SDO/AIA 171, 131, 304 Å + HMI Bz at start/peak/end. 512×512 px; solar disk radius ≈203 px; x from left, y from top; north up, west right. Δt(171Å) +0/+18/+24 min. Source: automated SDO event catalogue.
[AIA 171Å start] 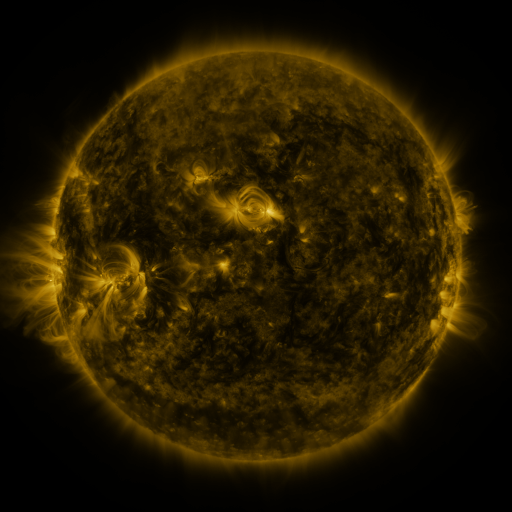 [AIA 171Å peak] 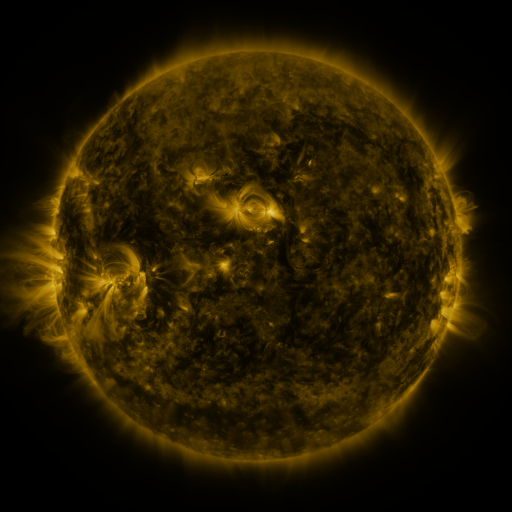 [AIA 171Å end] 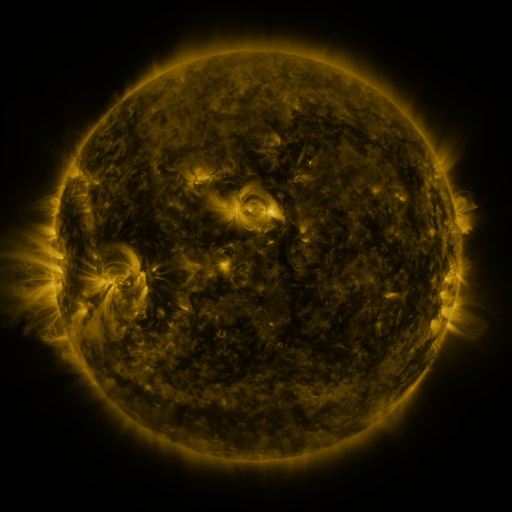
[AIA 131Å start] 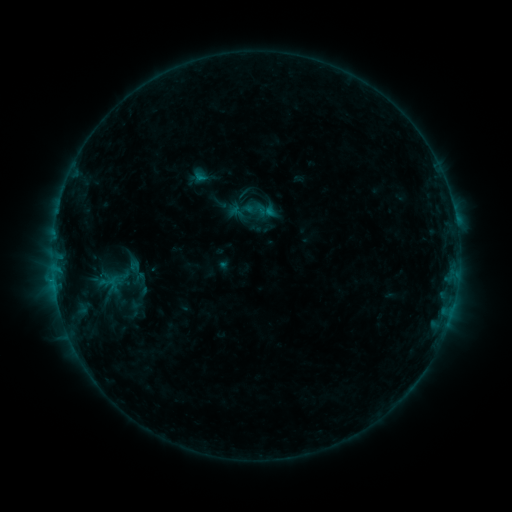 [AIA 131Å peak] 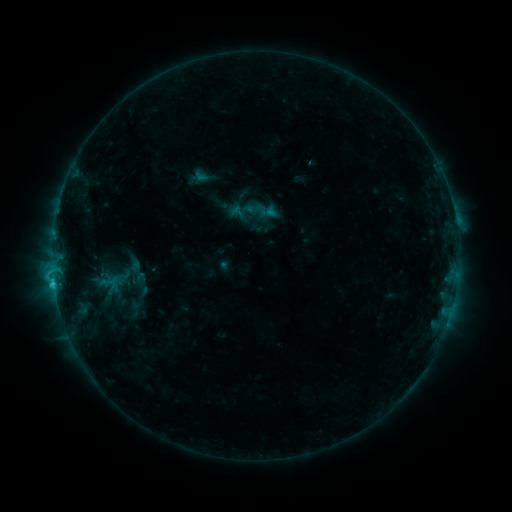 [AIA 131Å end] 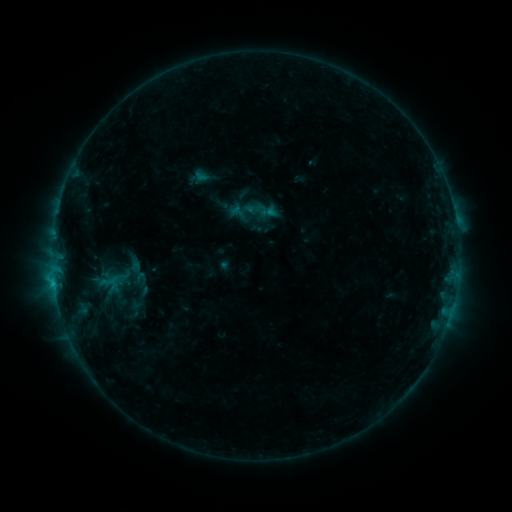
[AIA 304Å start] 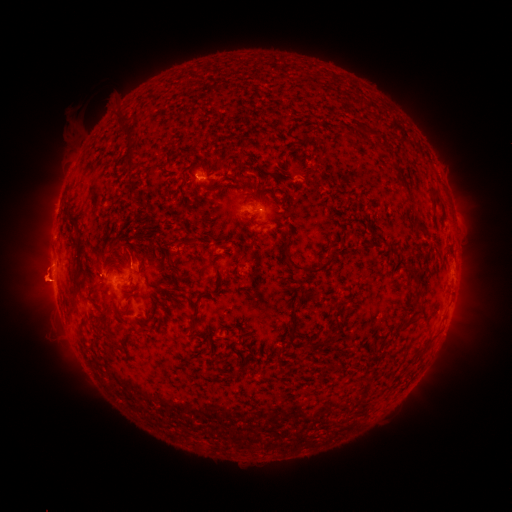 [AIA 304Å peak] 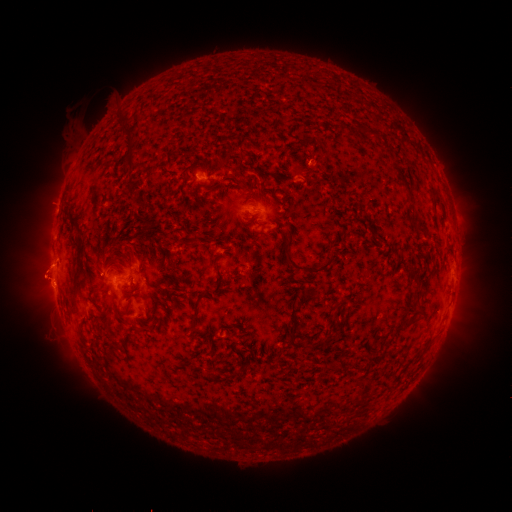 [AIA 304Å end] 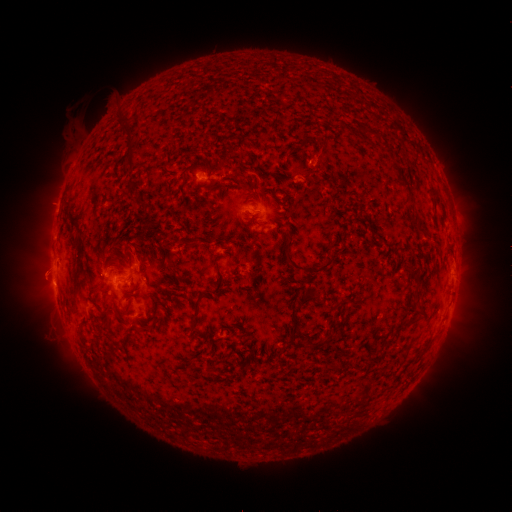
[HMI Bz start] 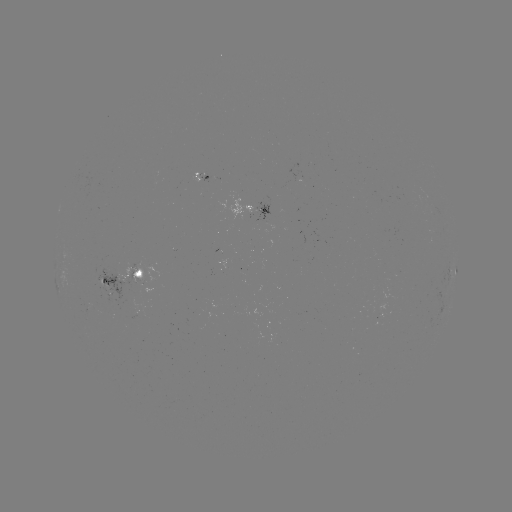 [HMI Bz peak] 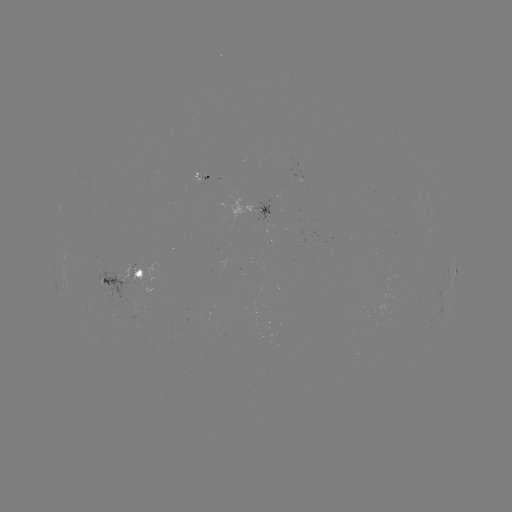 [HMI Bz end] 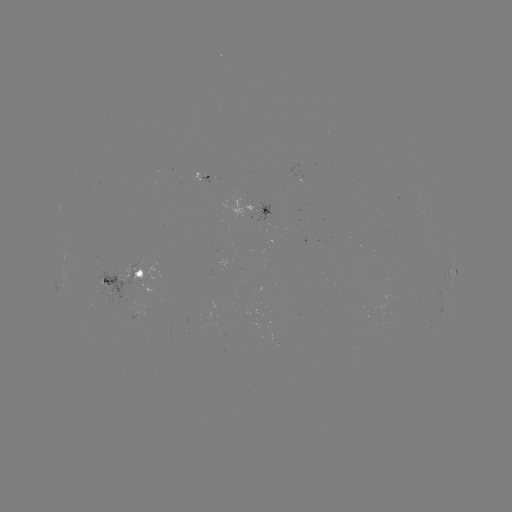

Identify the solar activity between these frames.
C1.4 flare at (54, 283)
